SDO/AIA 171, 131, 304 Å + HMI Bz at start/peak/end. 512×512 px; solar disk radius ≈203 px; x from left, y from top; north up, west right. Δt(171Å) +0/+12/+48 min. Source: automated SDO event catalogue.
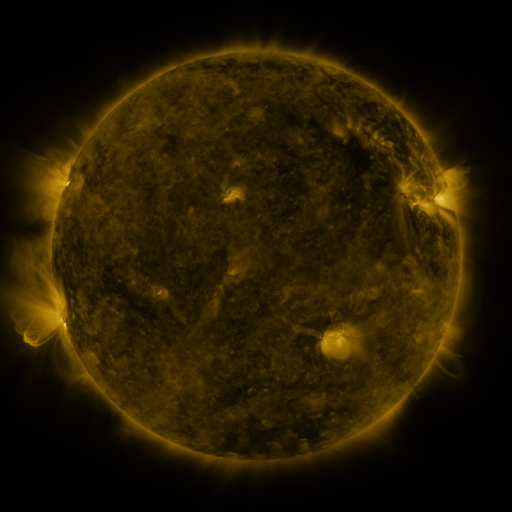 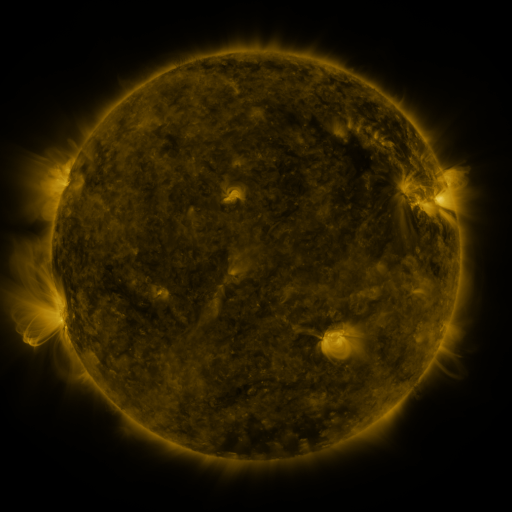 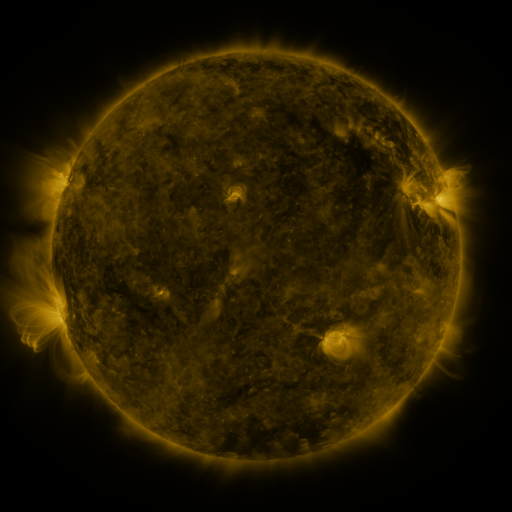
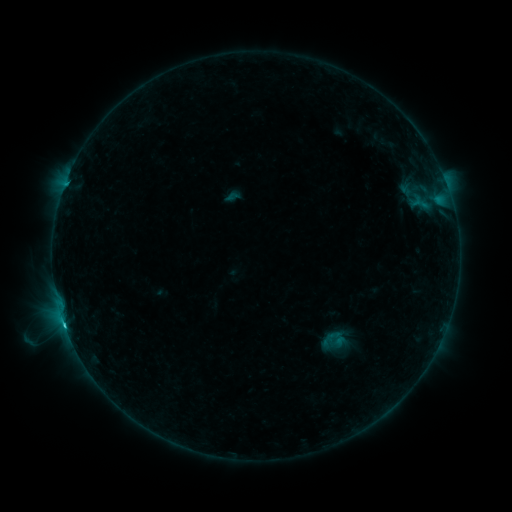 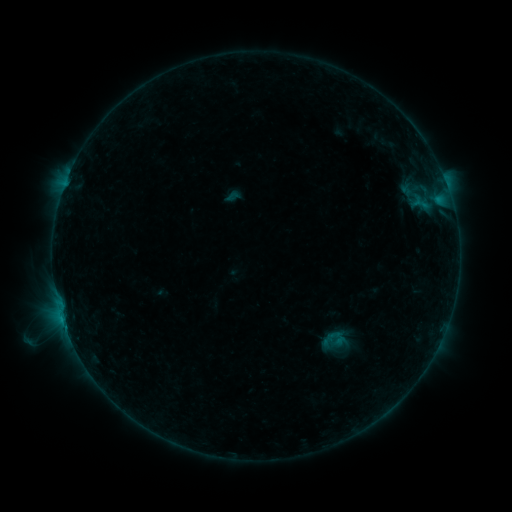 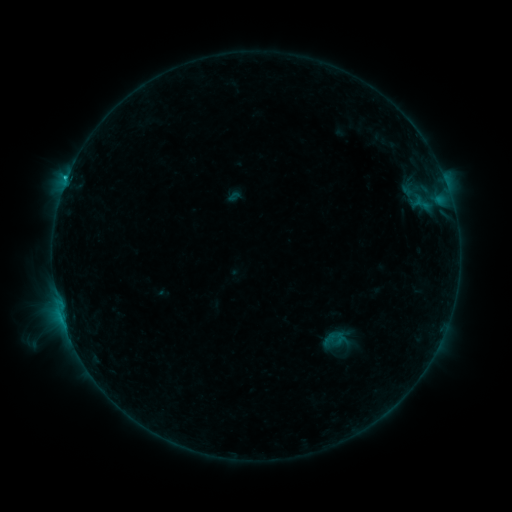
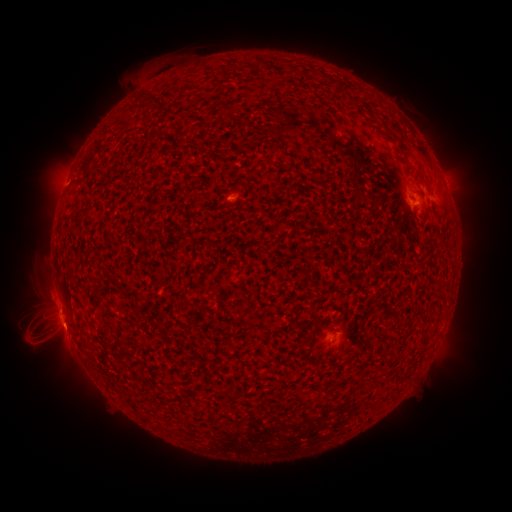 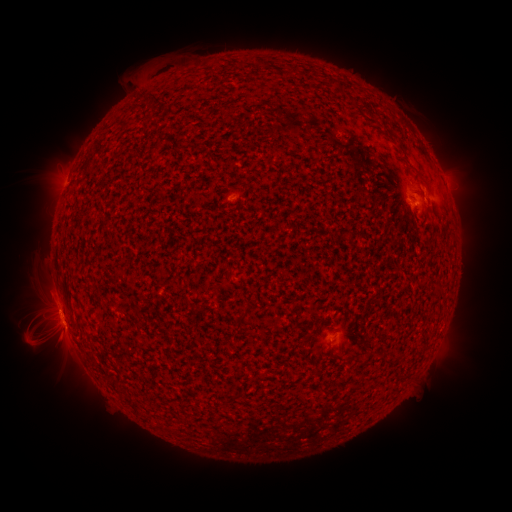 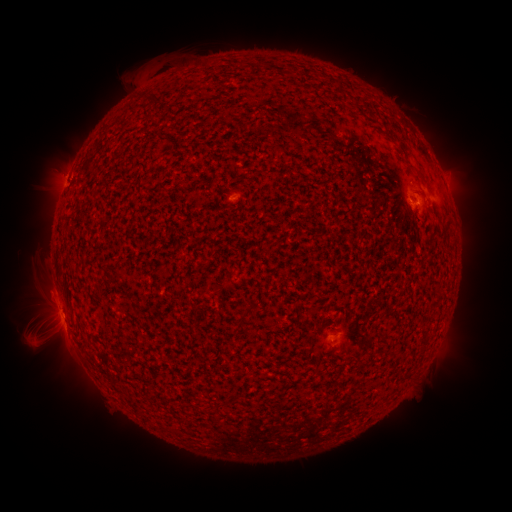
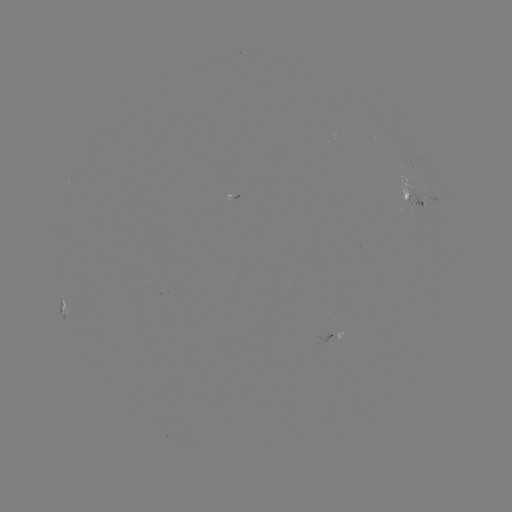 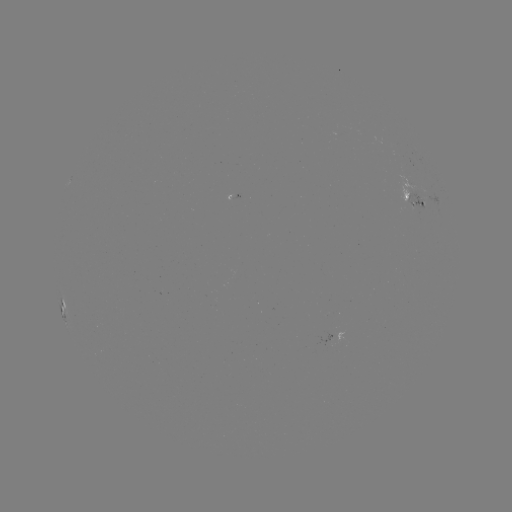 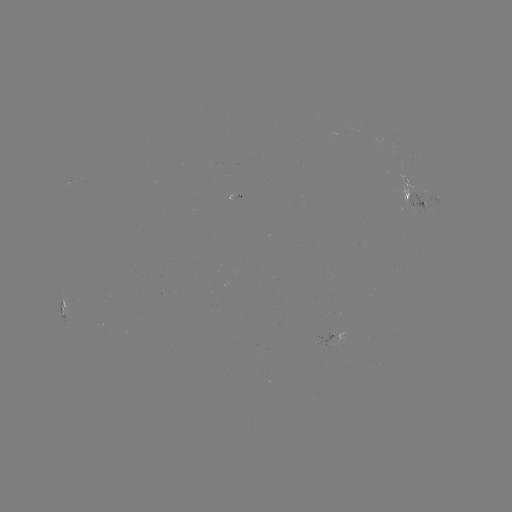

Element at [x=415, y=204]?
emerging-flux region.